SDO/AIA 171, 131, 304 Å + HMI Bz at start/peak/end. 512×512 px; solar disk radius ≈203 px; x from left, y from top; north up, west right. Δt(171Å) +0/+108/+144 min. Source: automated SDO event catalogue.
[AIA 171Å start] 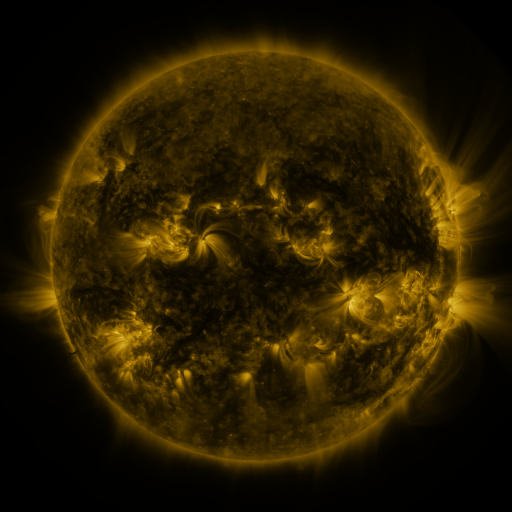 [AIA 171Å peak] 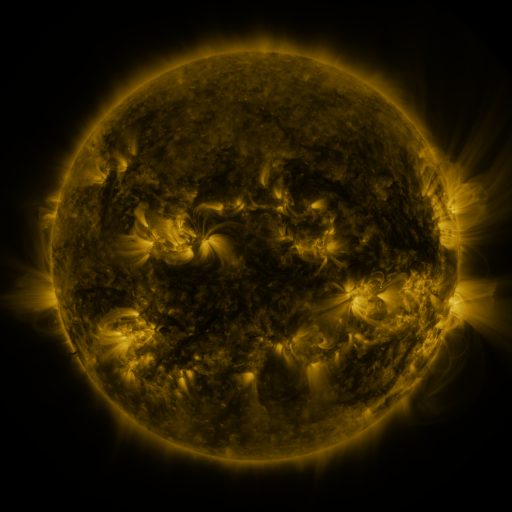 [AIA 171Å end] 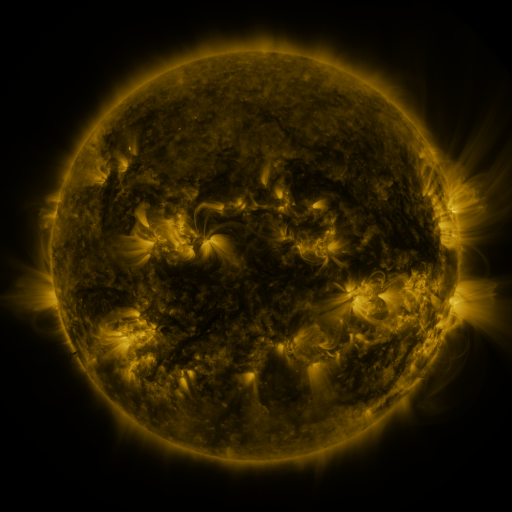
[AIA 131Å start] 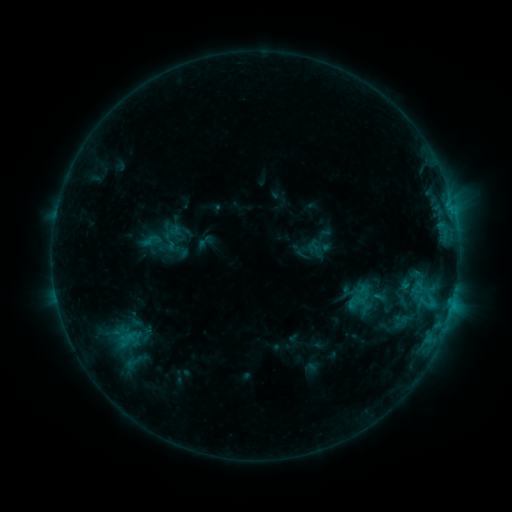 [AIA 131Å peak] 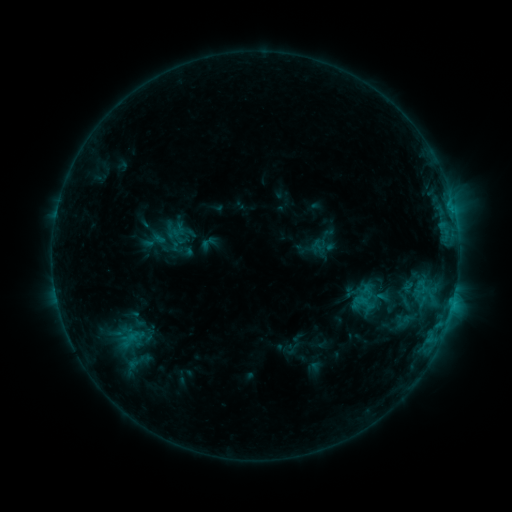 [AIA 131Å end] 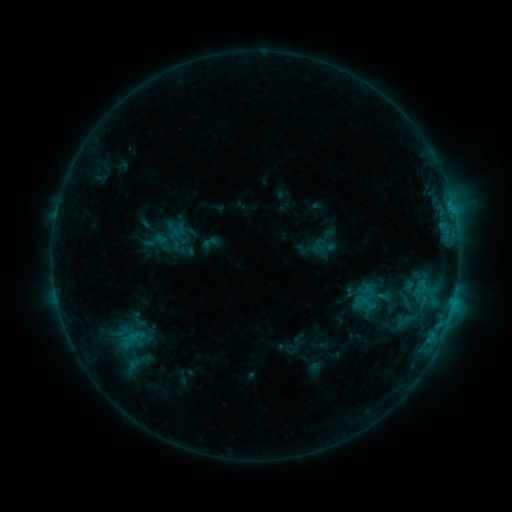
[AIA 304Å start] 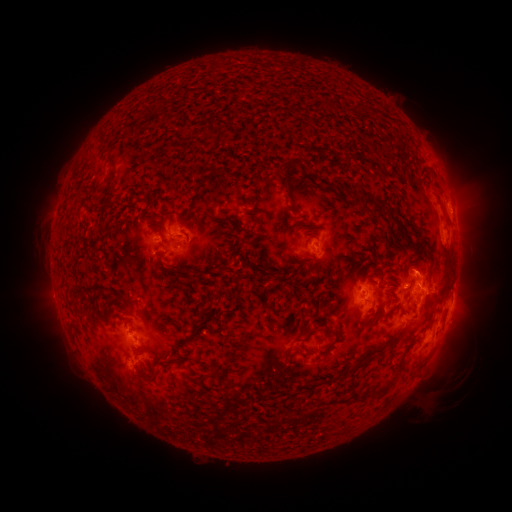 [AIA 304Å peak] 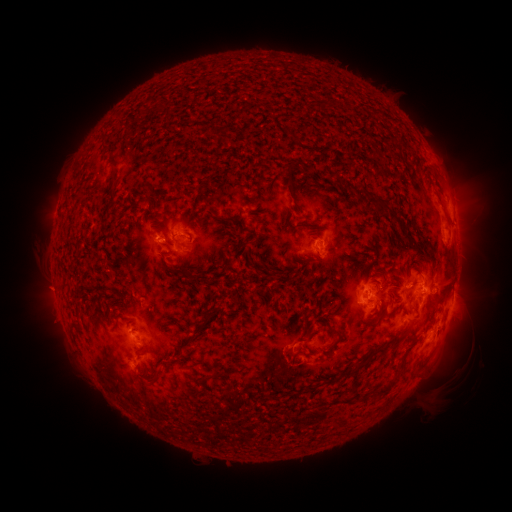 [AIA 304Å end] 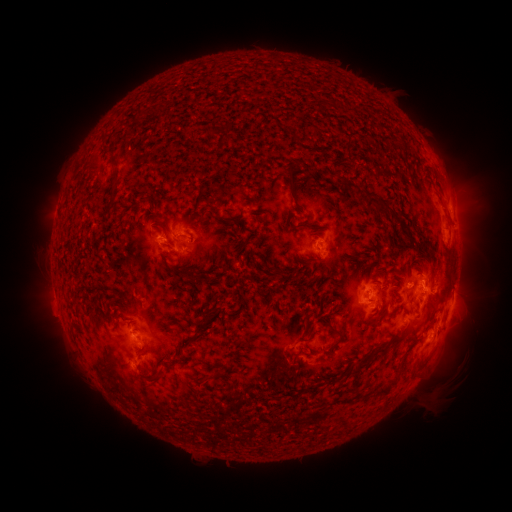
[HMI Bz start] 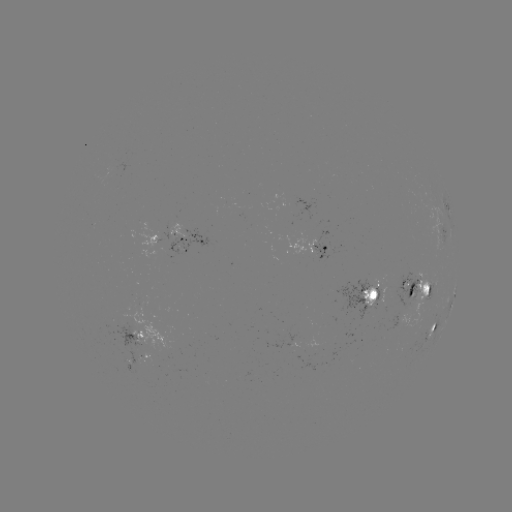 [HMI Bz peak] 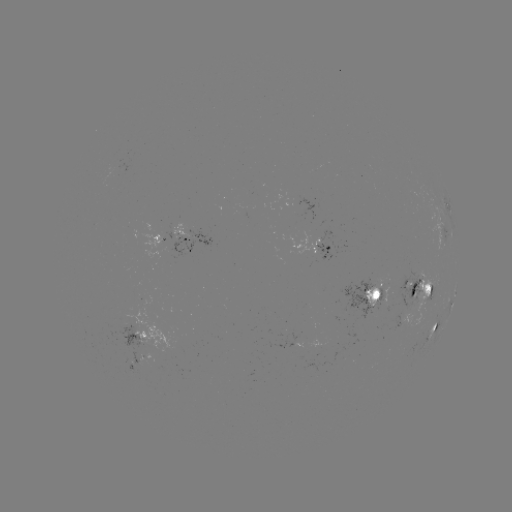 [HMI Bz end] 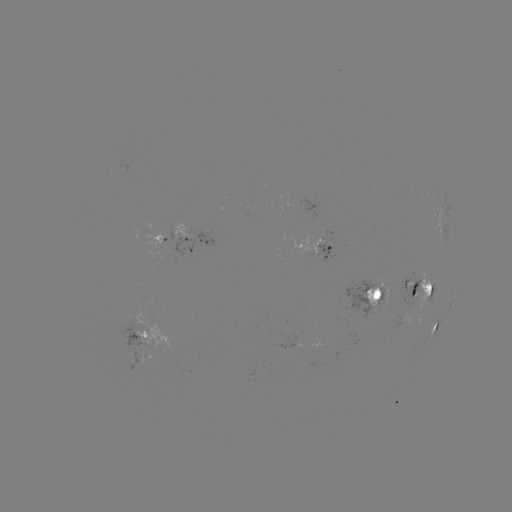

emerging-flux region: (401, 270, 430, 326)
